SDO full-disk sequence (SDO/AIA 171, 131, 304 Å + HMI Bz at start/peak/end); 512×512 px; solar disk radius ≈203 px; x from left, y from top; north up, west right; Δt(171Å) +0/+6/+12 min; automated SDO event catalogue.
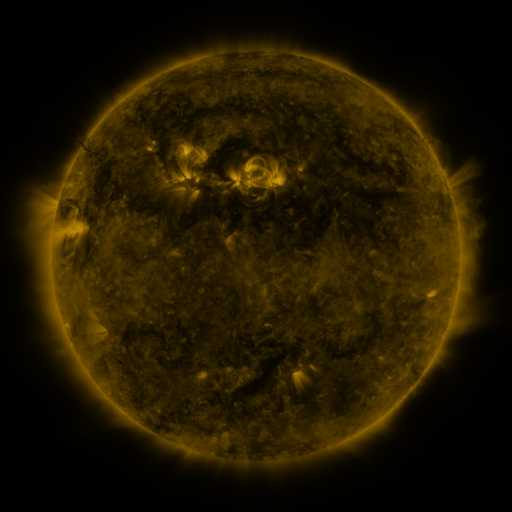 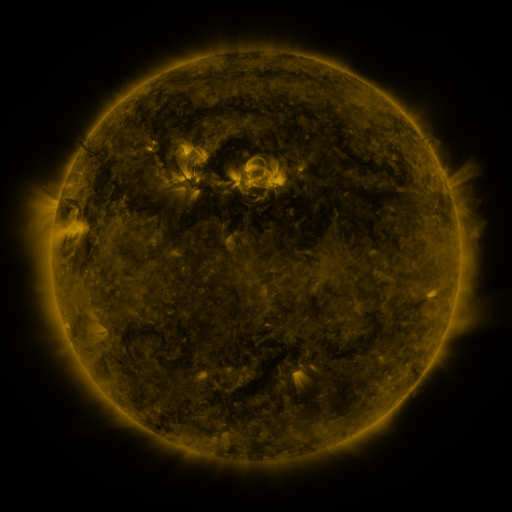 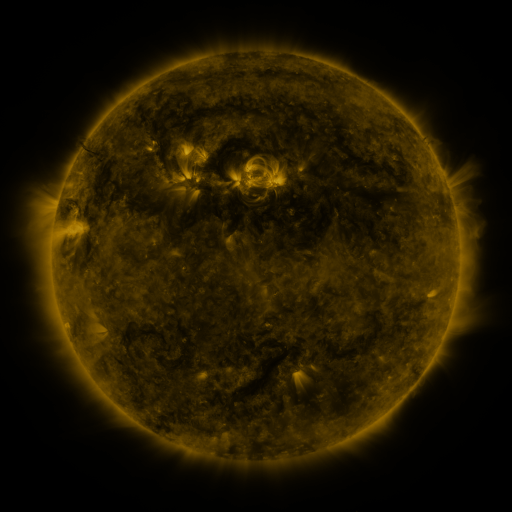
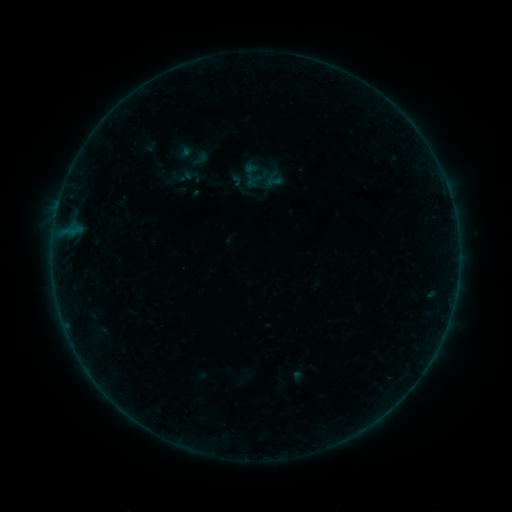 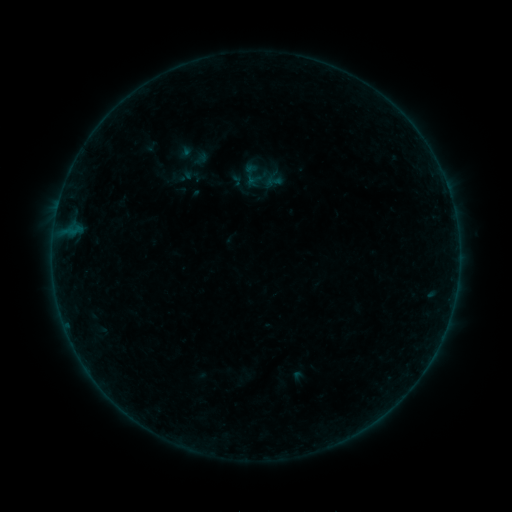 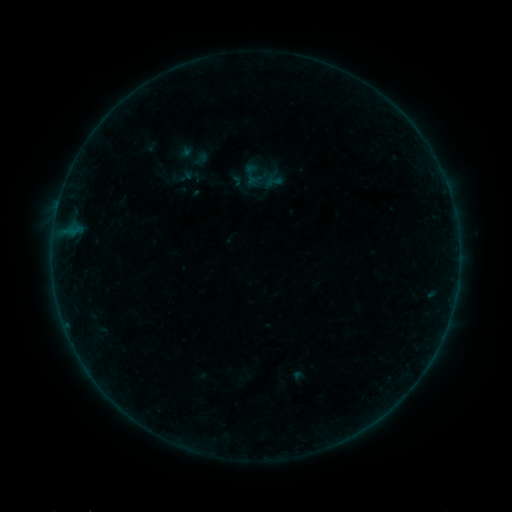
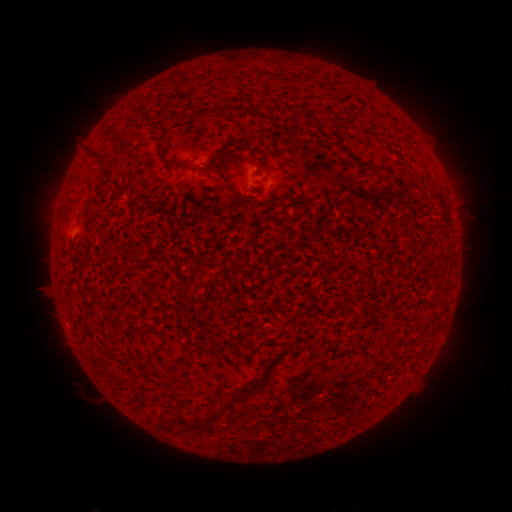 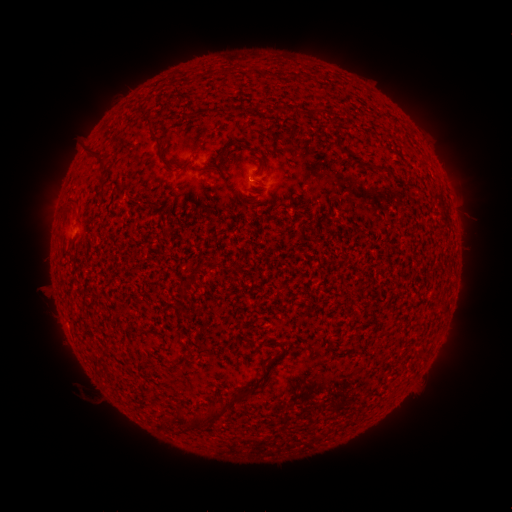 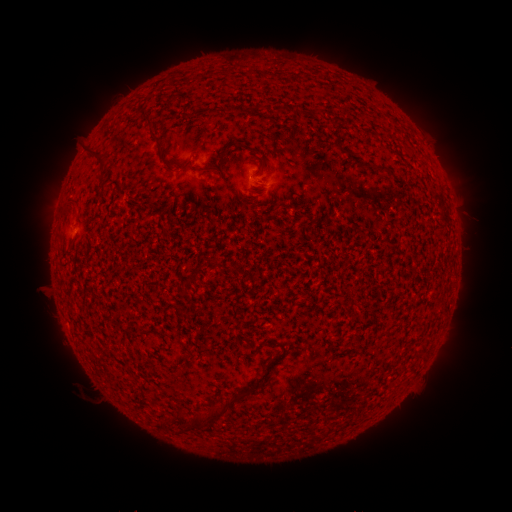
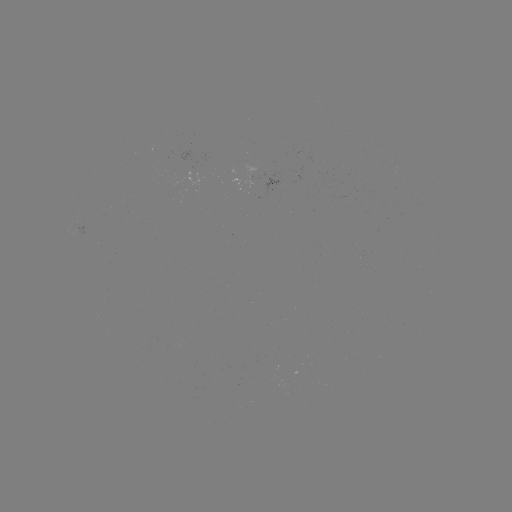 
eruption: (230, 157, 272, 198)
